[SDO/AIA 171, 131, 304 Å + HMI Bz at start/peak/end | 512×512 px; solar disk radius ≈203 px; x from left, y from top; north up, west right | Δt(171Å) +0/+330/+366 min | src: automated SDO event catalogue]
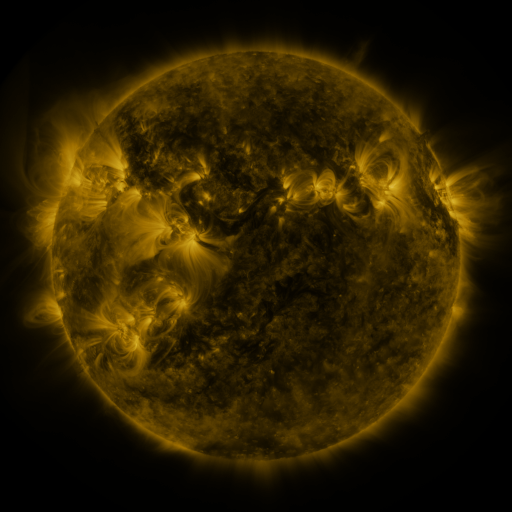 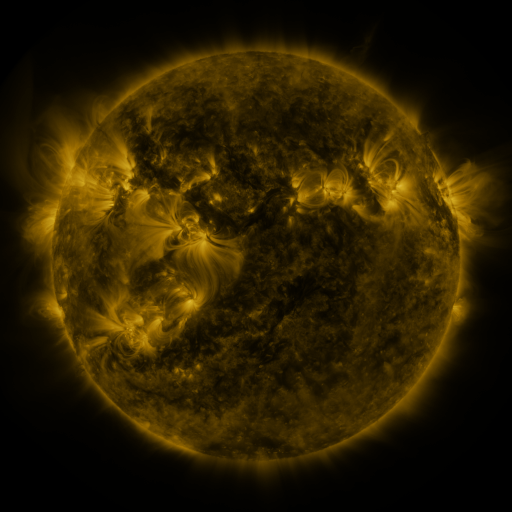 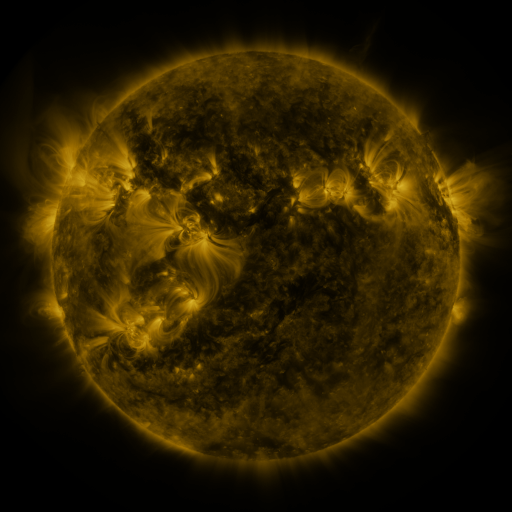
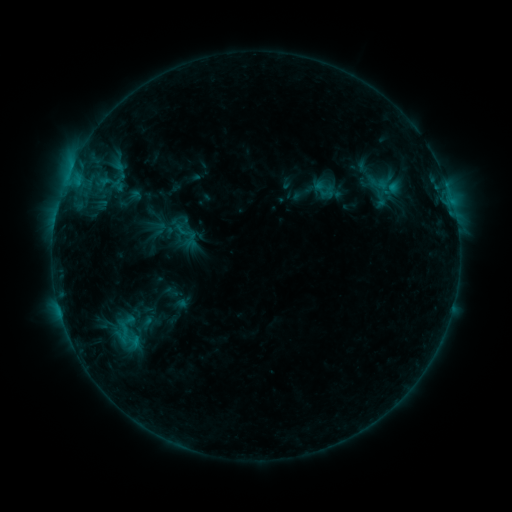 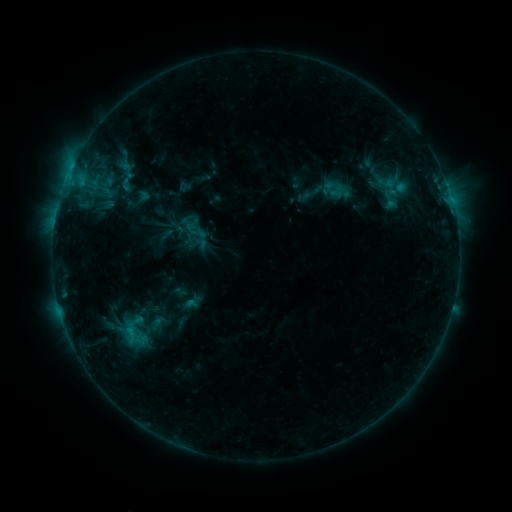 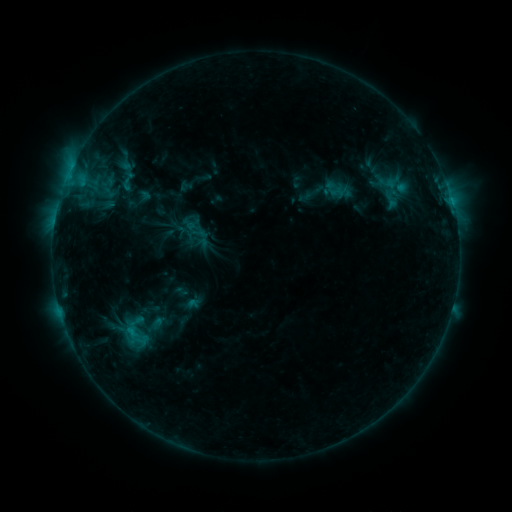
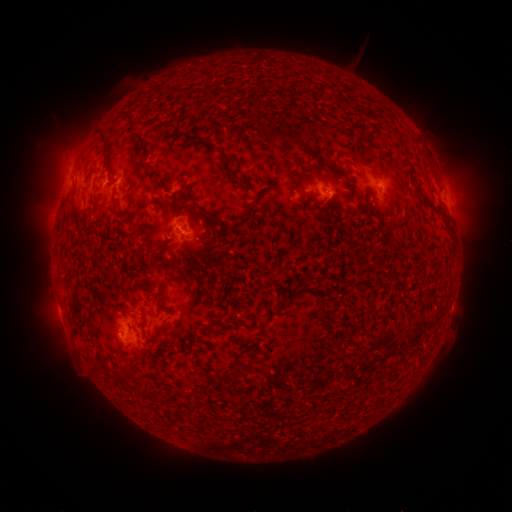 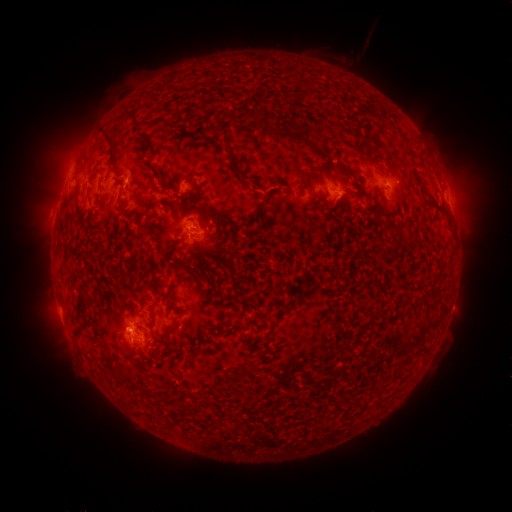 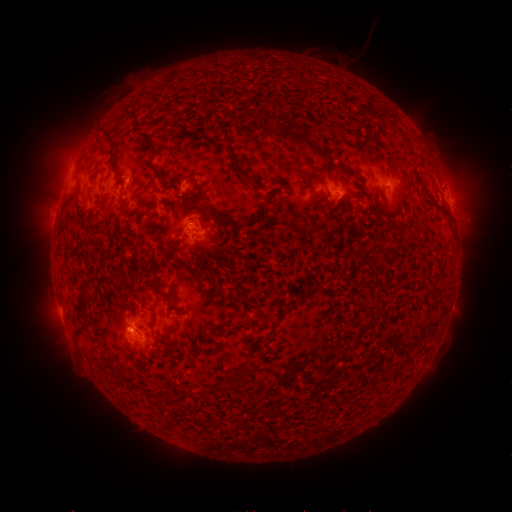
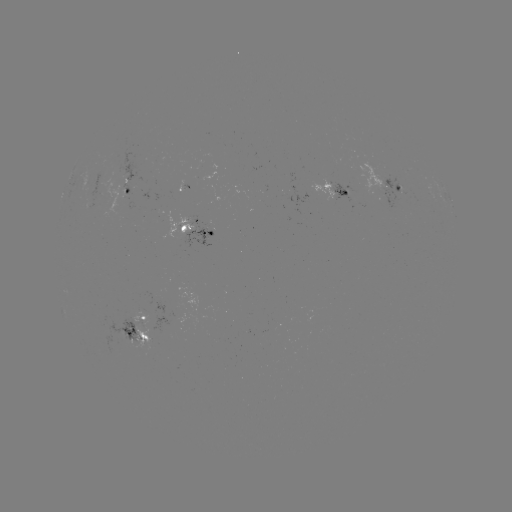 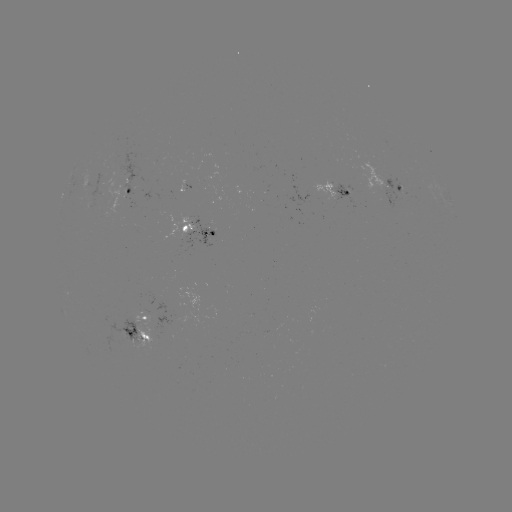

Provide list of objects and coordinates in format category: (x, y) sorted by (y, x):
emerging-flux region: (128, 337)
